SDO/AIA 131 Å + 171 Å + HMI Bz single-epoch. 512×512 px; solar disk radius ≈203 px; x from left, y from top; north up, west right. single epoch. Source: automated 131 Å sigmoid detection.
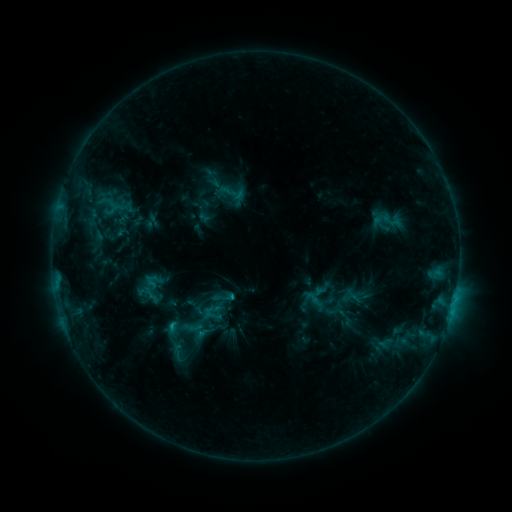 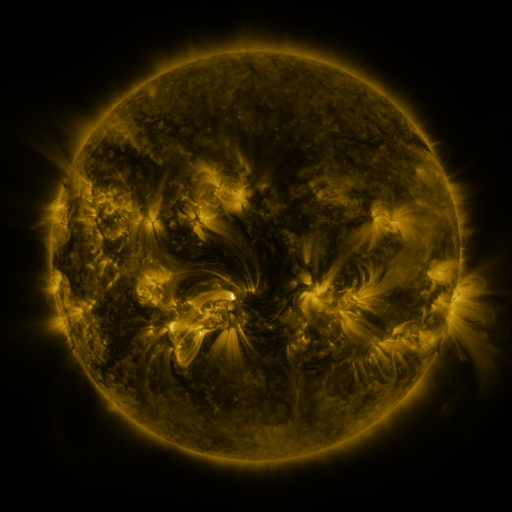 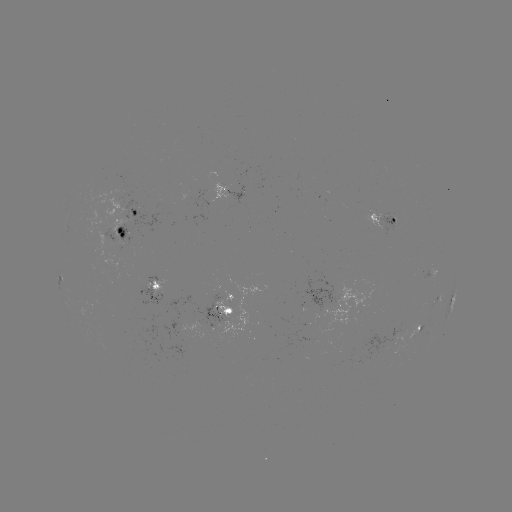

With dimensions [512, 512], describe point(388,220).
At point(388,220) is sigmoid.